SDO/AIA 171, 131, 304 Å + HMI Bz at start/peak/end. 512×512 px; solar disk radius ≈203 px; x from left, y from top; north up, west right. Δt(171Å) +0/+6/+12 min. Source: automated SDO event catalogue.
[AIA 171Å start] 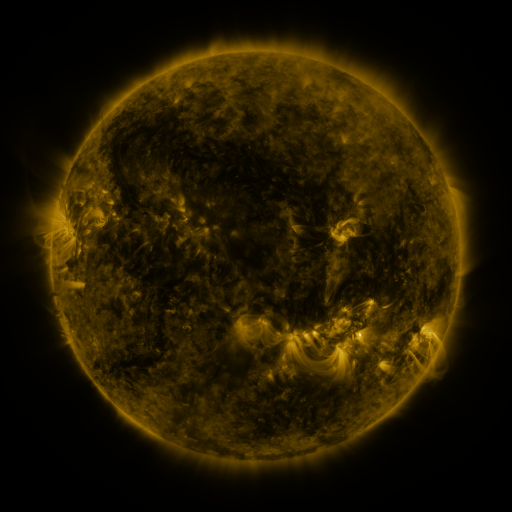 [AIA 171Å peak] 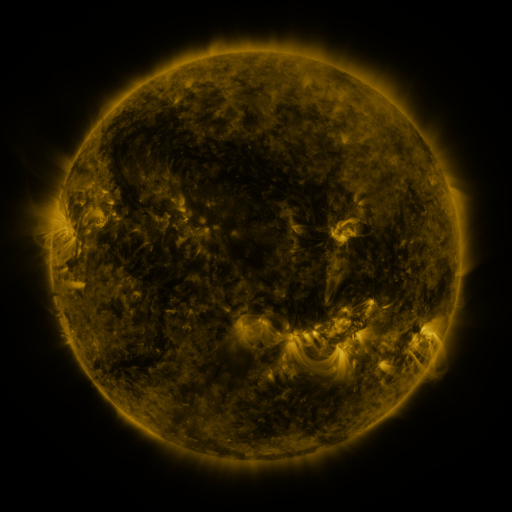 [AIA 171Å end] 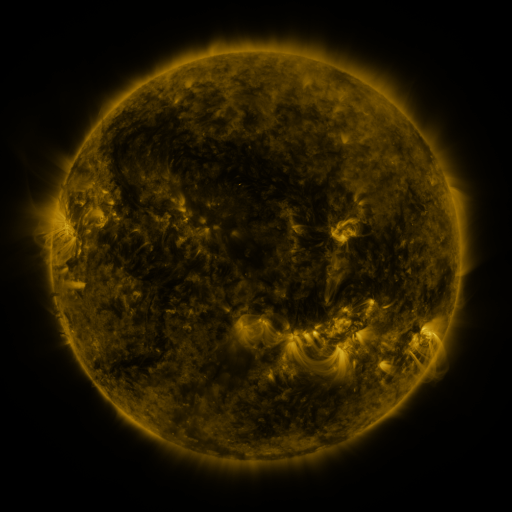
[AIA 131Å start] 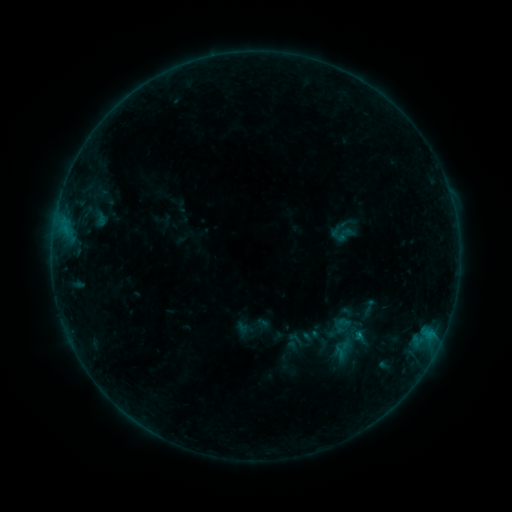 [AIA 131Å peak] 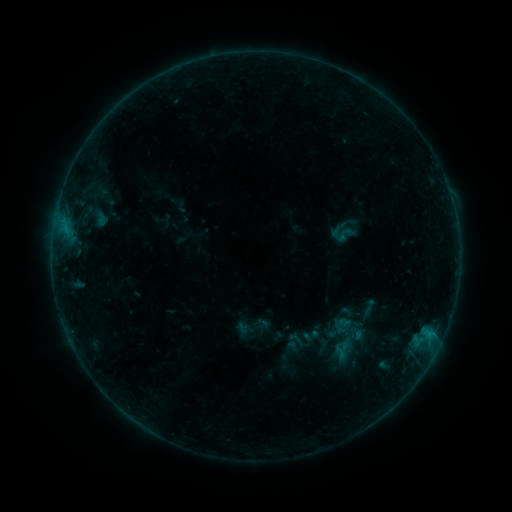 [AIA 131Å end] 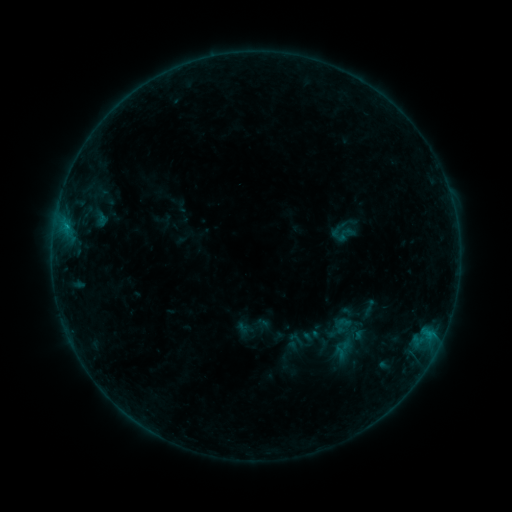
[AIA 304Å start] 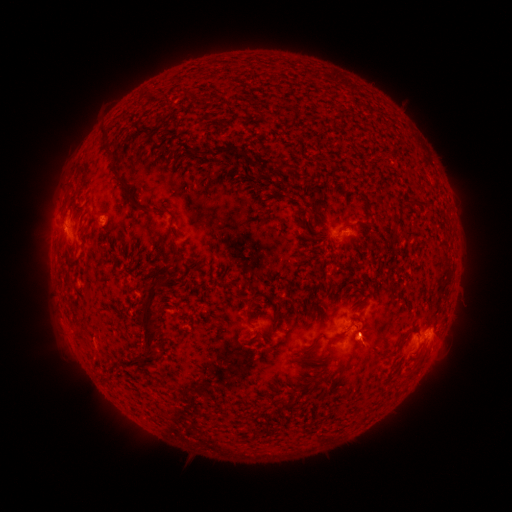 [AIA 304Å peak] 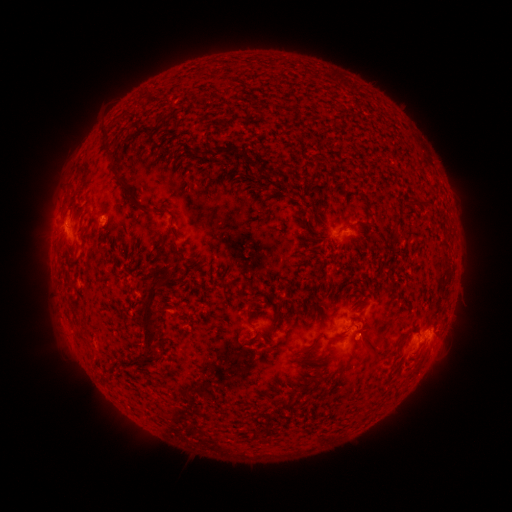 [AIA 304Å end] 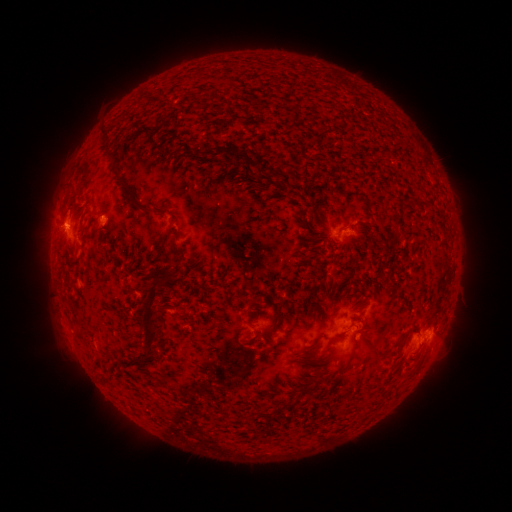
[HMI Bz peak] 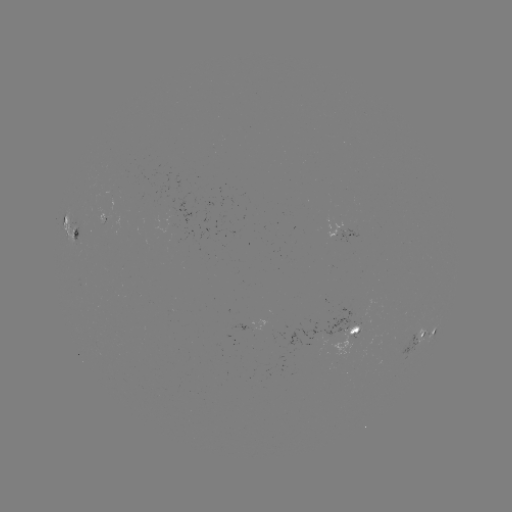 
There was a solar flare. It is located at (65, 228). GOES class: B5.3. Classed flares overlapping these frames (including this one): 1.